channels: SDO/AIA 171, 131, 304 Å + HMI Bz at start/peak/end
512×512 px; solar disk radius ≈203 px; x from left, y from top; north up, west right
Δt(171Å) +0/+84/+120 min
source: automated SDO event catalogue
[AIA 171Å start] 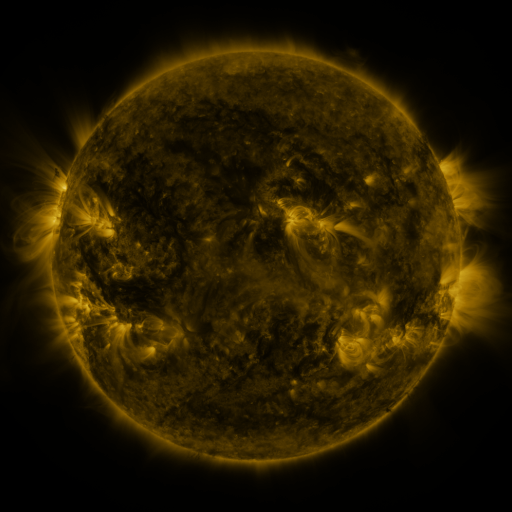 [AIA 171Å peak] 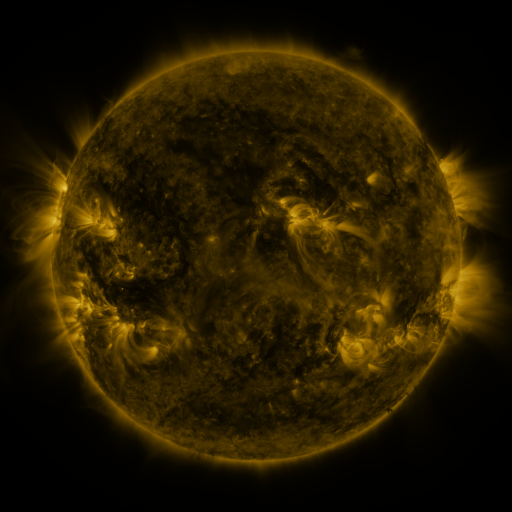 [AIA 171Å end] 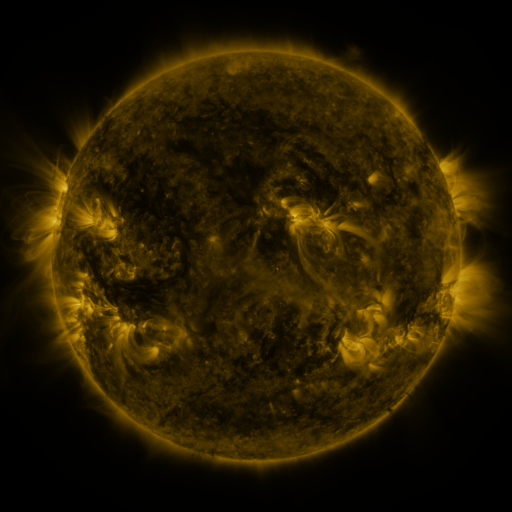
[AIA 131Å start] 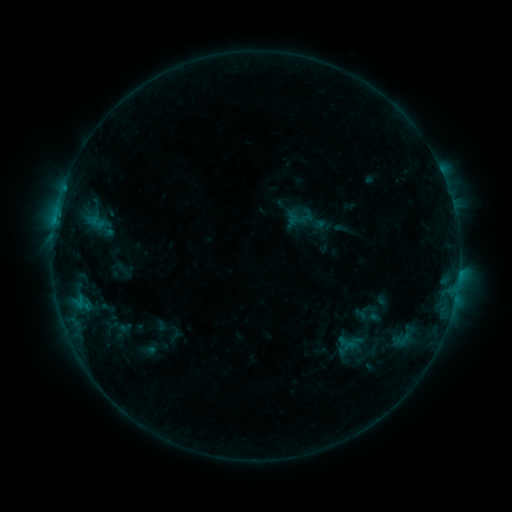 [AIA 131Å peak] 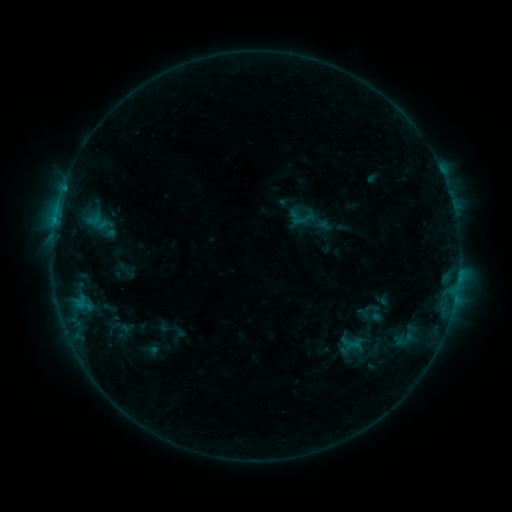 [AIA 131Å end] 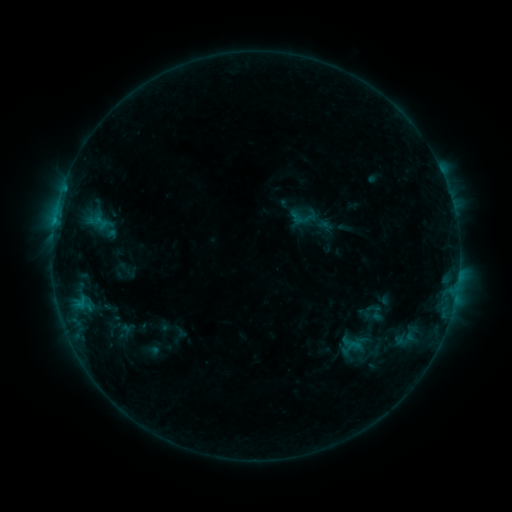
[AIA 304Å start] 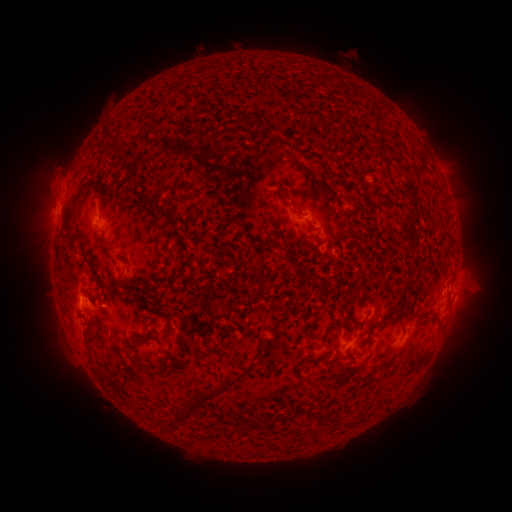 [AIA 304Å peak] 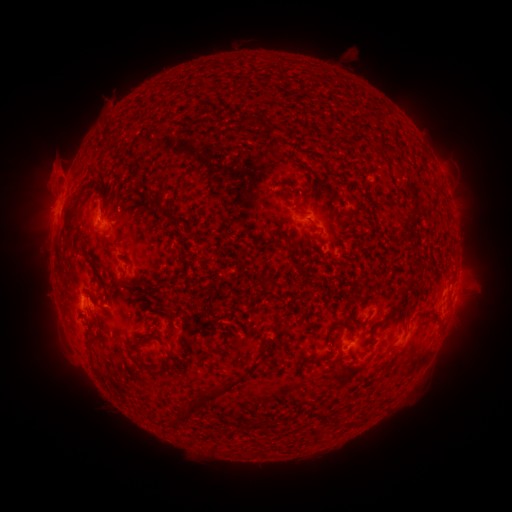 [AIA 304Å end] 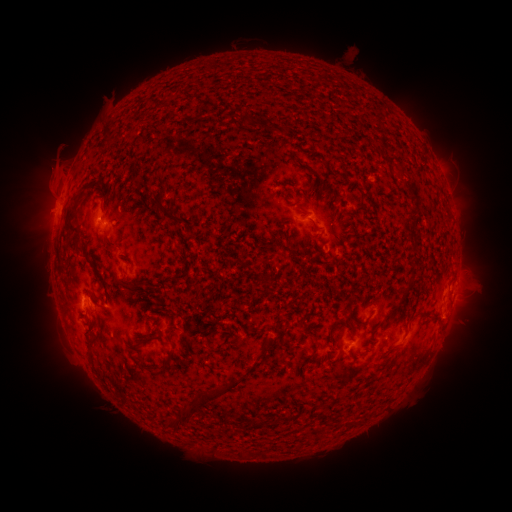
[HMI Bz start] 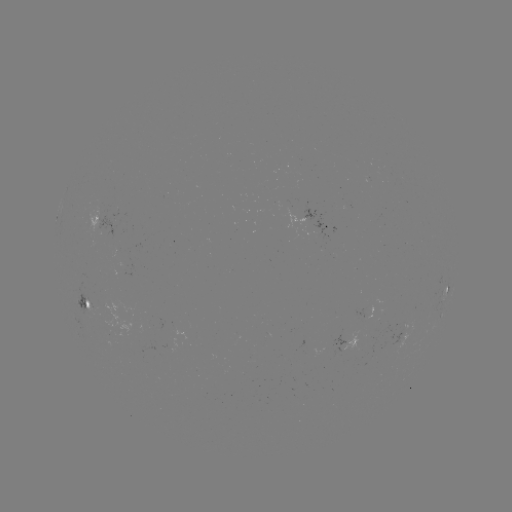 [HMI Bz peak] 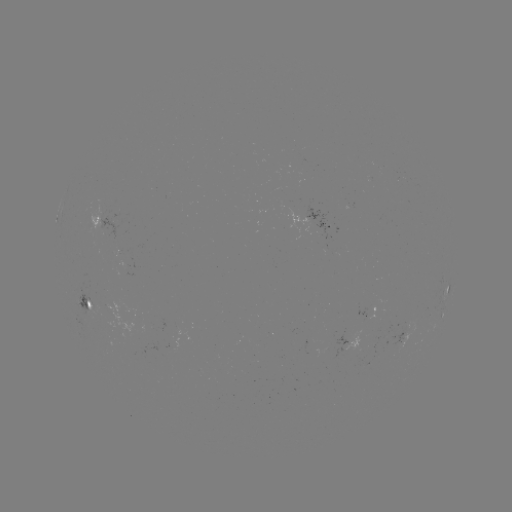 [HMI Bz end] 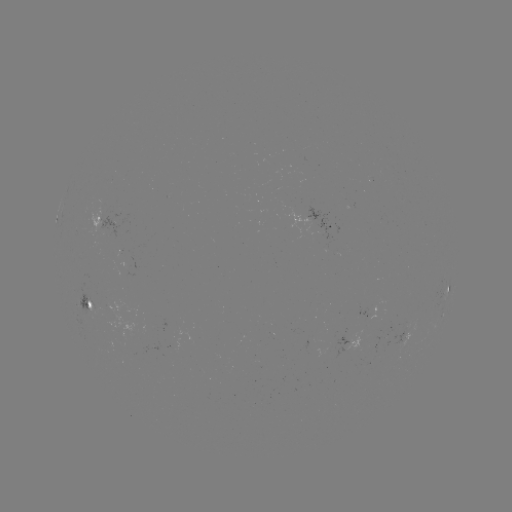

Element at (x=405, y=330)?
emerging-flux region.